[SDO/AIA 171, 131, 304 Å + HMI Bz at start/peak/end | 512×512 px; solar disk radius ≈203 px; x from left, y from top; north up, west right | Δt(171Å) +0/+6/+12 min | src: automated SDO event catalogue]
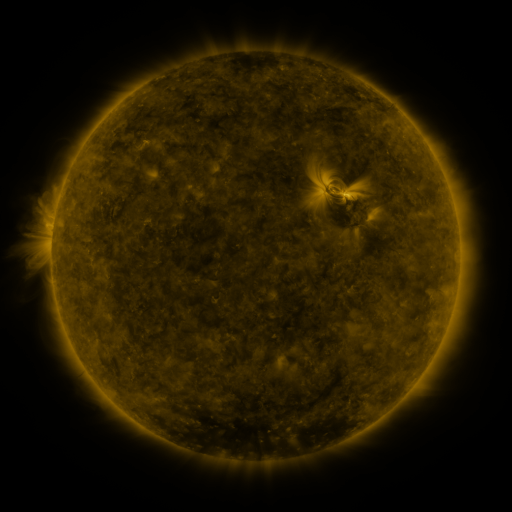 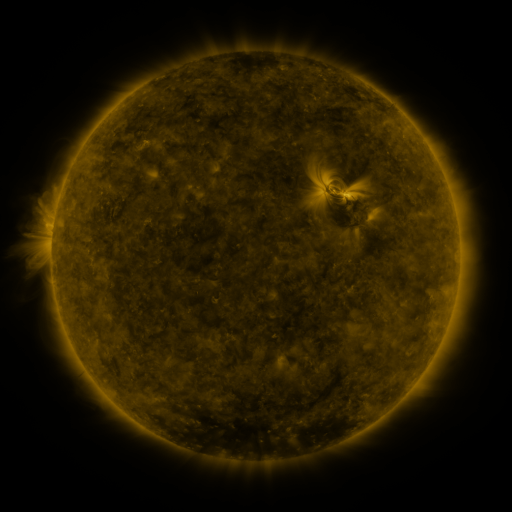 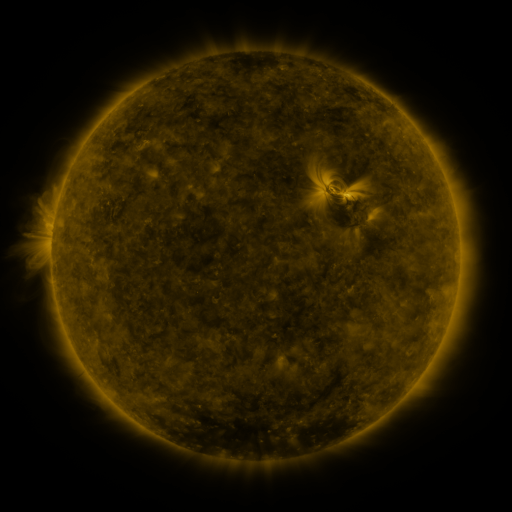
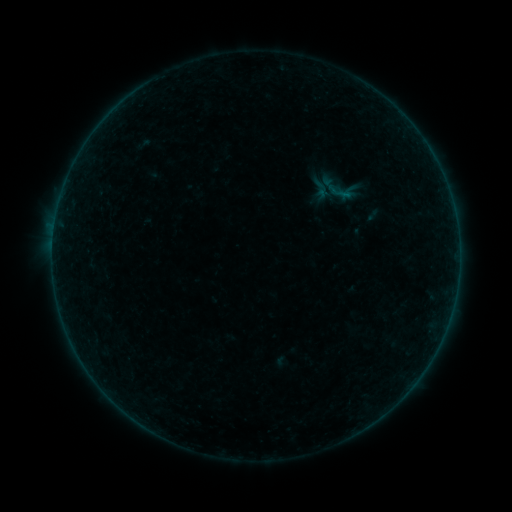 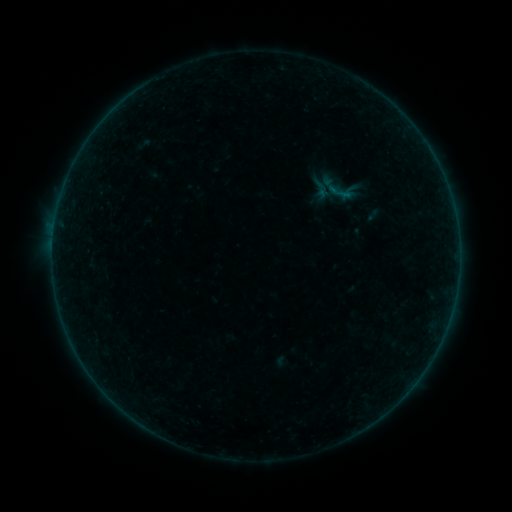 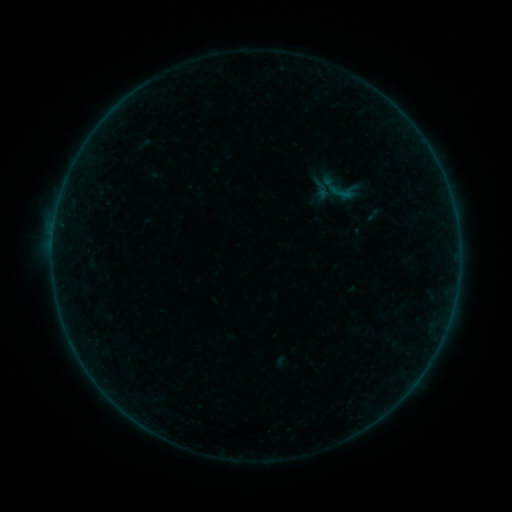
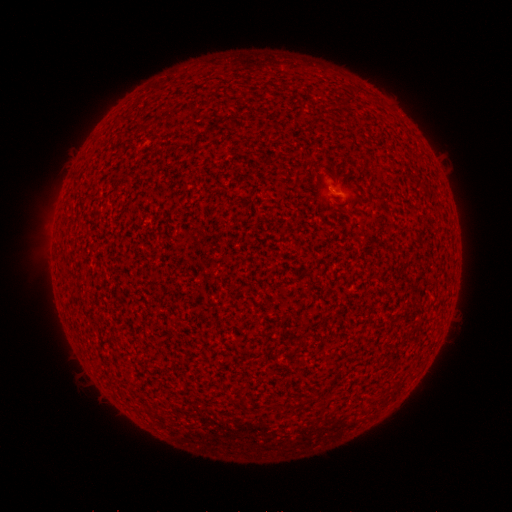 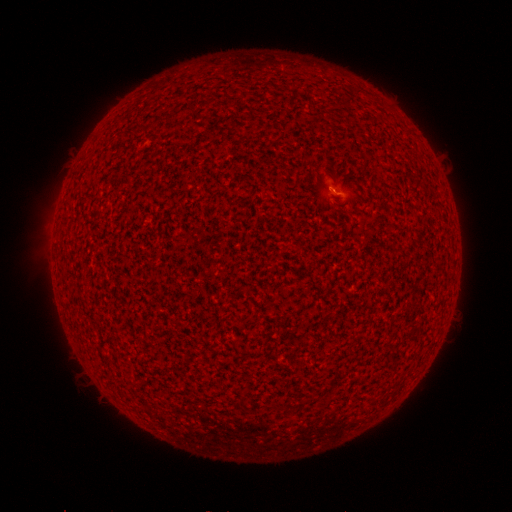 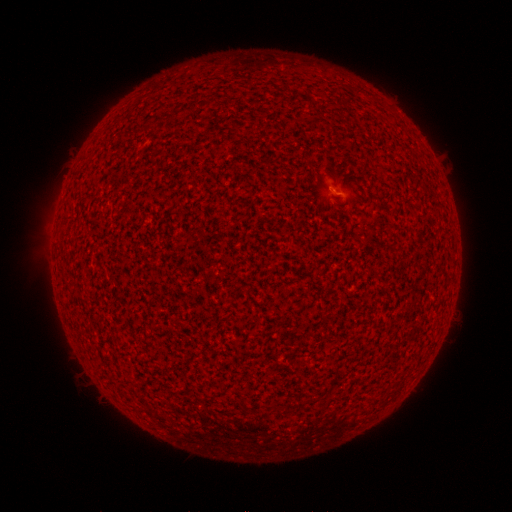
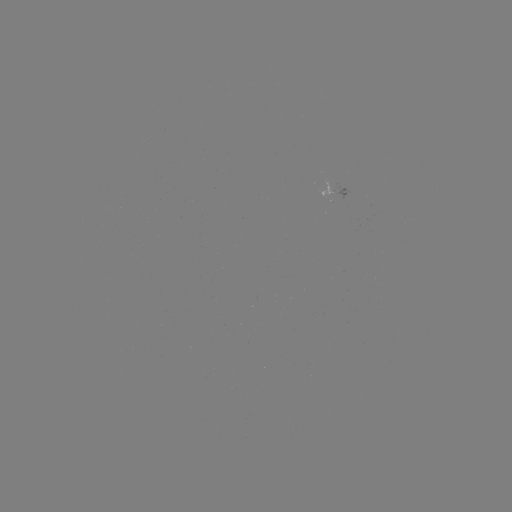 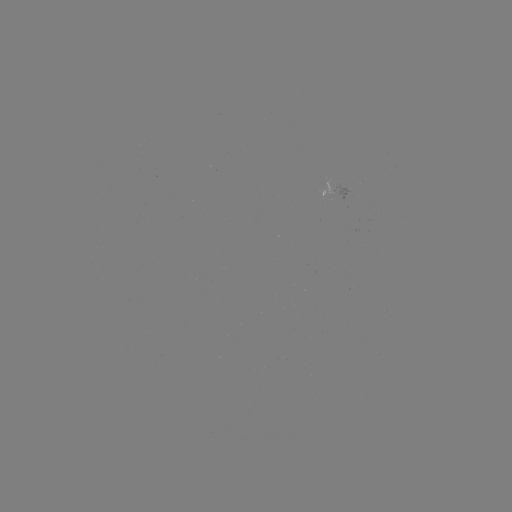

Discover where A5.0 flare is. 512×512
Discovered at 330,190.